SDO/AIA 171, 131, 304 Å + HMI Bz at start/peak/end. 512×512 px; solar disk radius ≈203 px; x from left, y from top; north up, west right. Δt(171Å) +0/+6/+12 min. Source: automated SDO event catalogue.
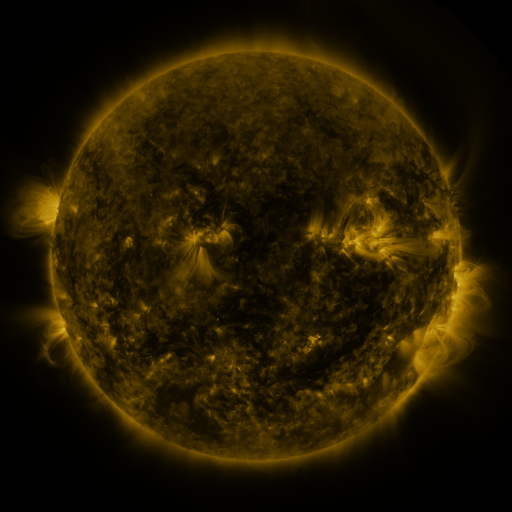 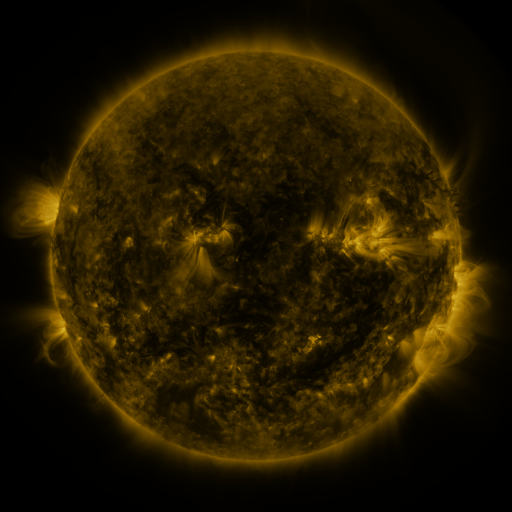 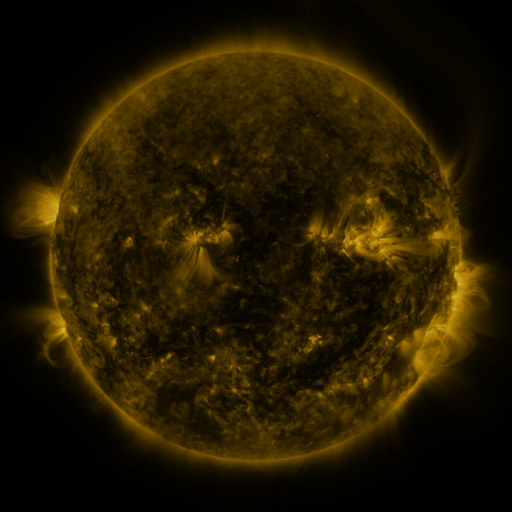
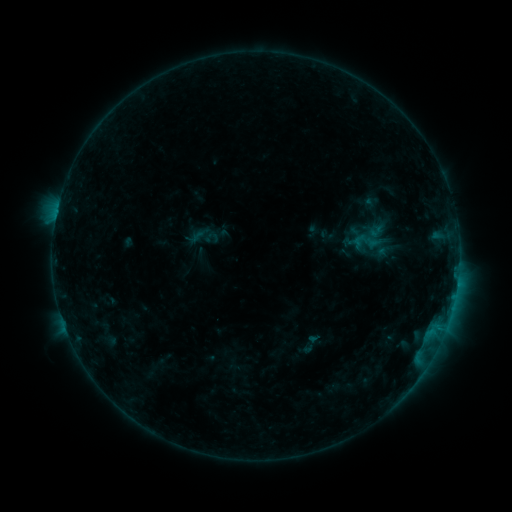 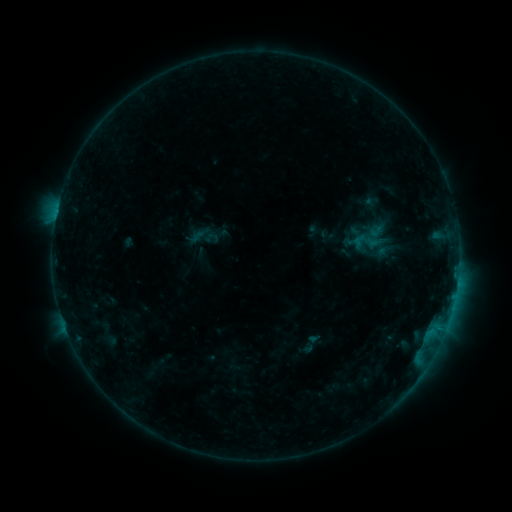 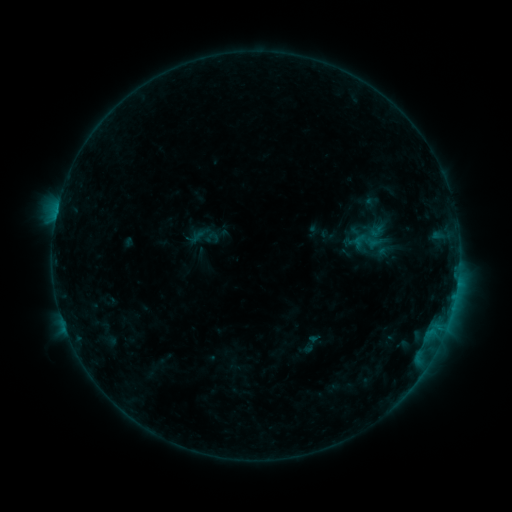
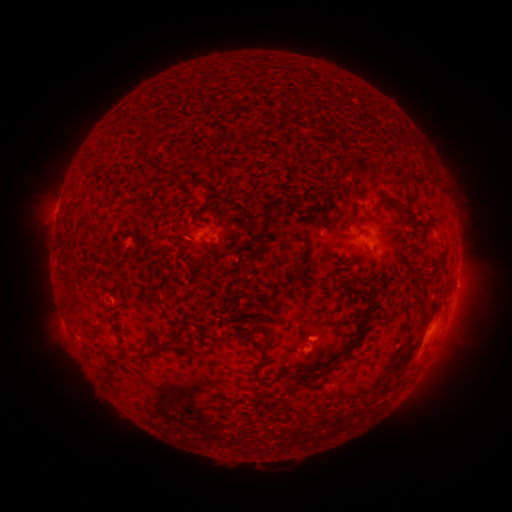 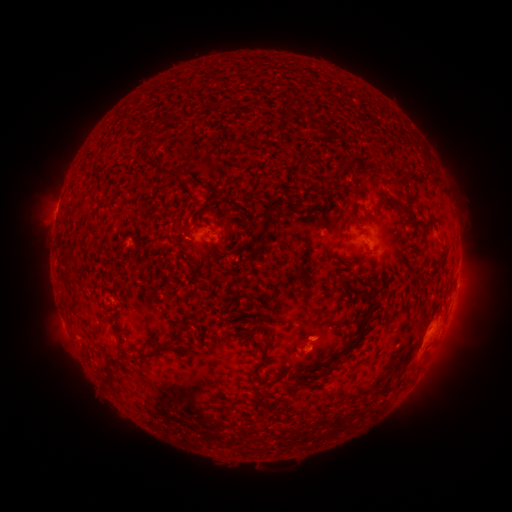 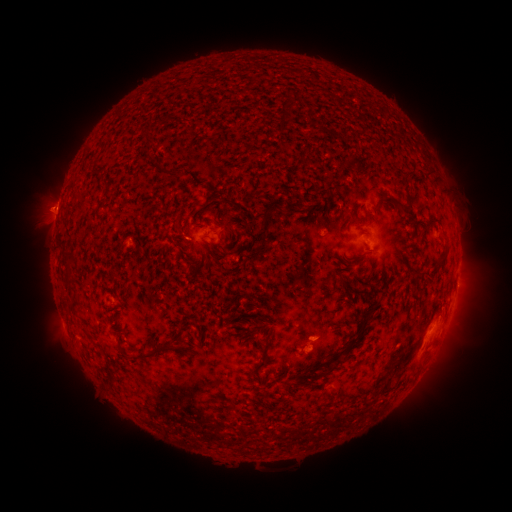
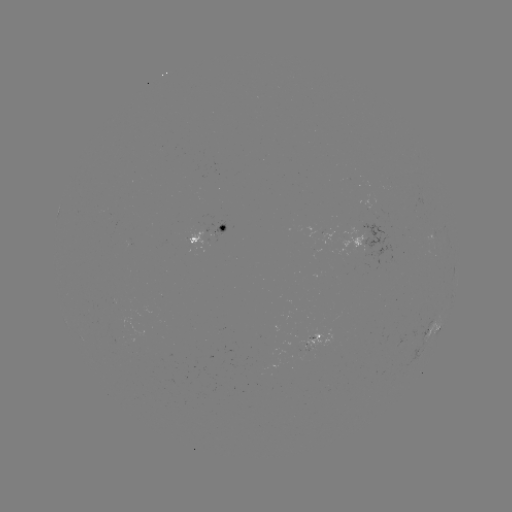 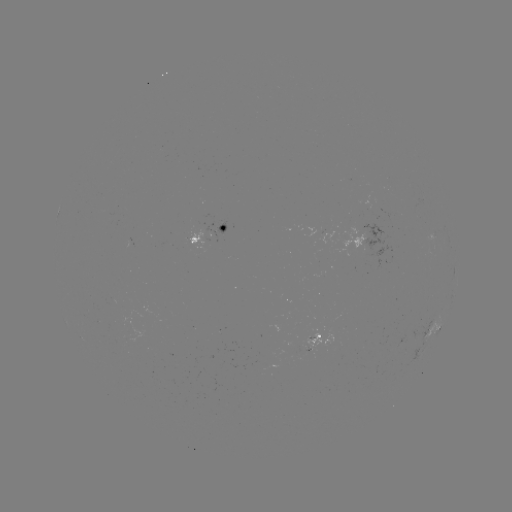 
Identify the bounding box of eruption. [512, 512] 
[22, 182, 75, 234].